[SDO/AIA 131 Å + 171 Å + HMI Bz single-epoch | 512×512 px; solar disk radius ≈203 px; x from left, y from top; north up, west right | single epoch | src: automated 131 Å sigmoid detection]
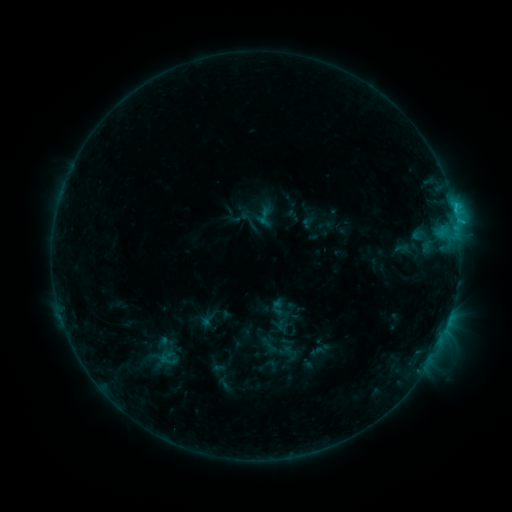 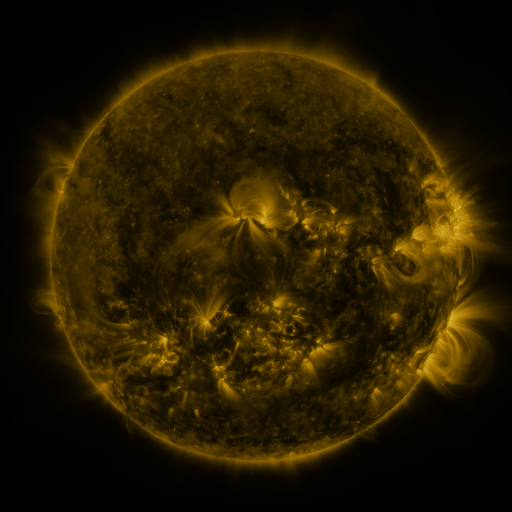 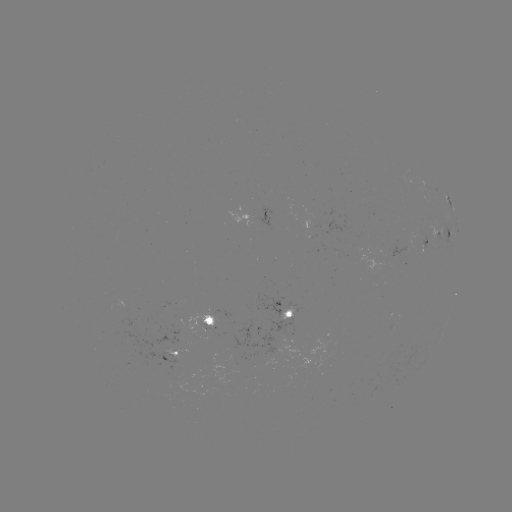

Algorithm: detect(sigmoid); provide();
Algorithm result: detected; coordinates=[167, 358]